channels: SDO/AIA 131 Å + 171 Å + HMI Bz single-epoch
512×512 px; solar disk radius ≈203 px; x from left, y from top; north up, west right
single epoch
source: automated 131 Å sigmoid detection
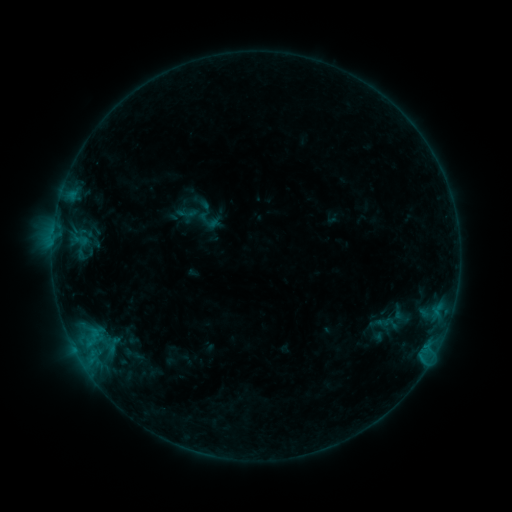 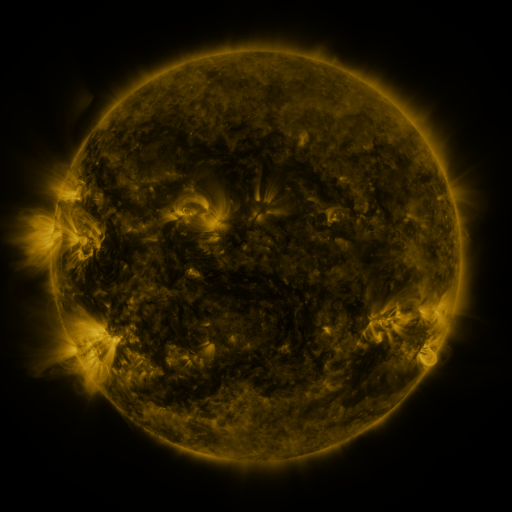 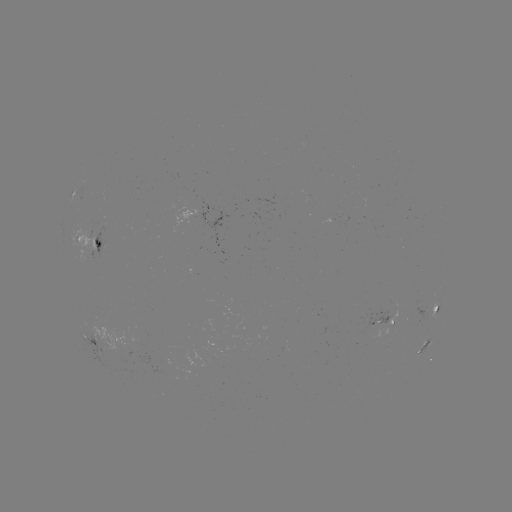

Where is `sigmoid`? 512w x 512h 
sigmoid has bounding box [177, 203, 197, 224].